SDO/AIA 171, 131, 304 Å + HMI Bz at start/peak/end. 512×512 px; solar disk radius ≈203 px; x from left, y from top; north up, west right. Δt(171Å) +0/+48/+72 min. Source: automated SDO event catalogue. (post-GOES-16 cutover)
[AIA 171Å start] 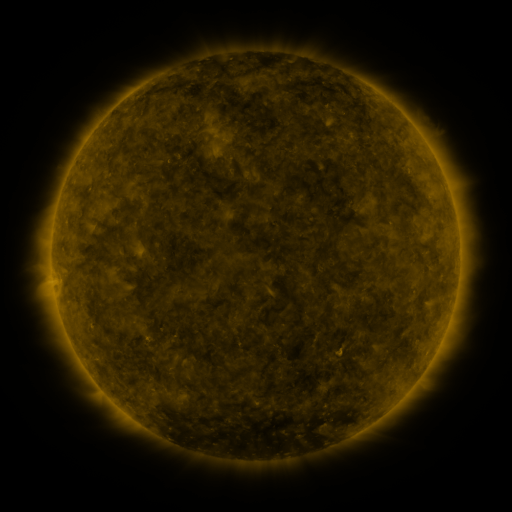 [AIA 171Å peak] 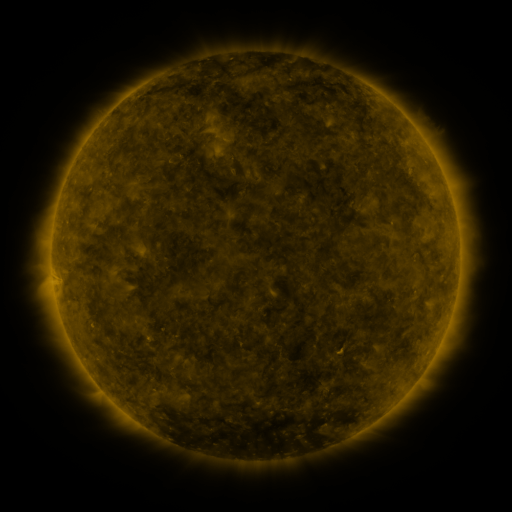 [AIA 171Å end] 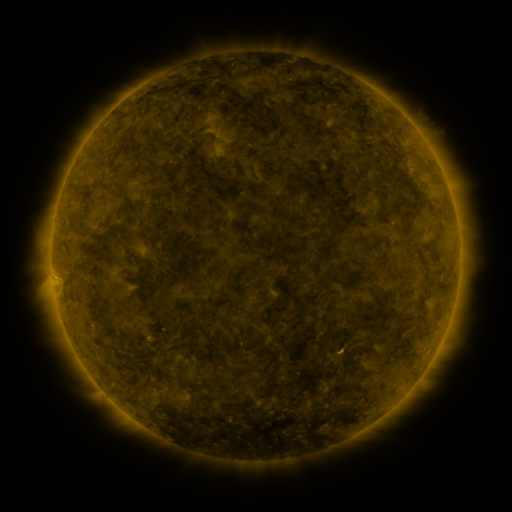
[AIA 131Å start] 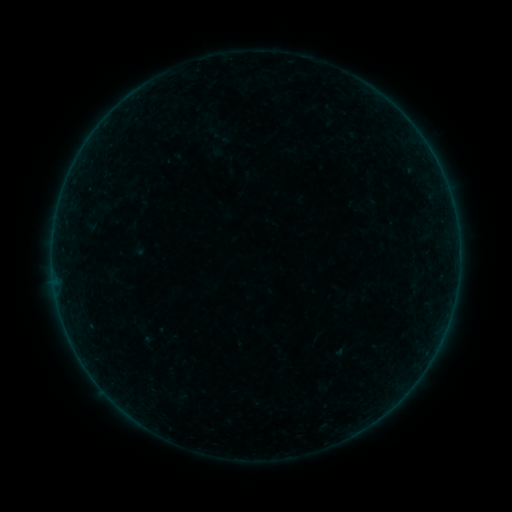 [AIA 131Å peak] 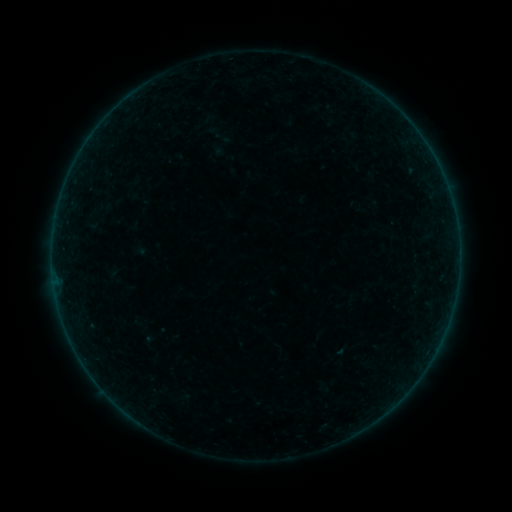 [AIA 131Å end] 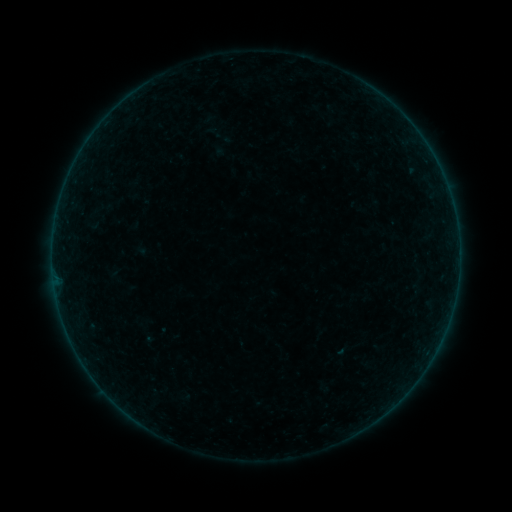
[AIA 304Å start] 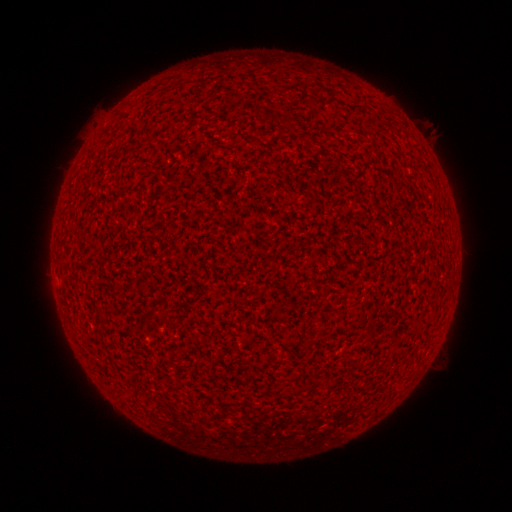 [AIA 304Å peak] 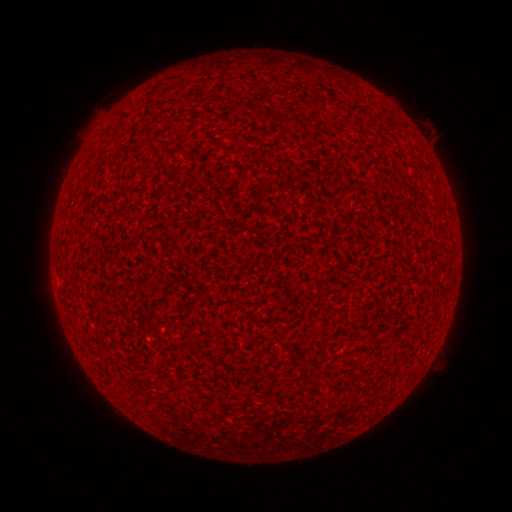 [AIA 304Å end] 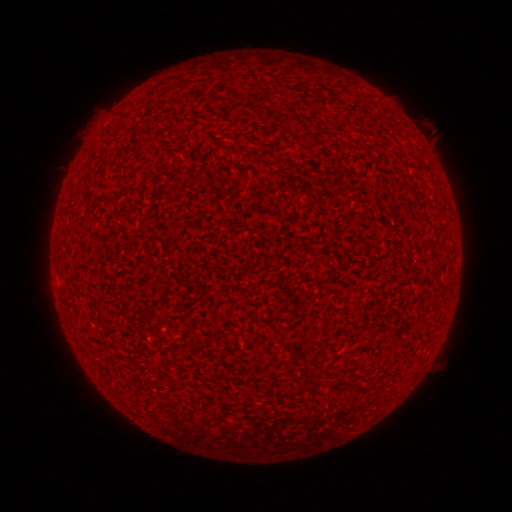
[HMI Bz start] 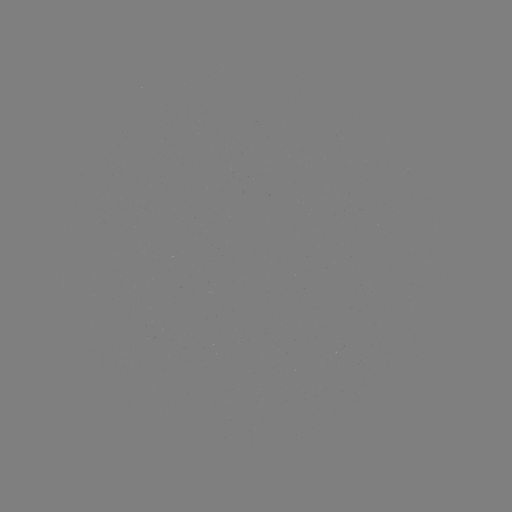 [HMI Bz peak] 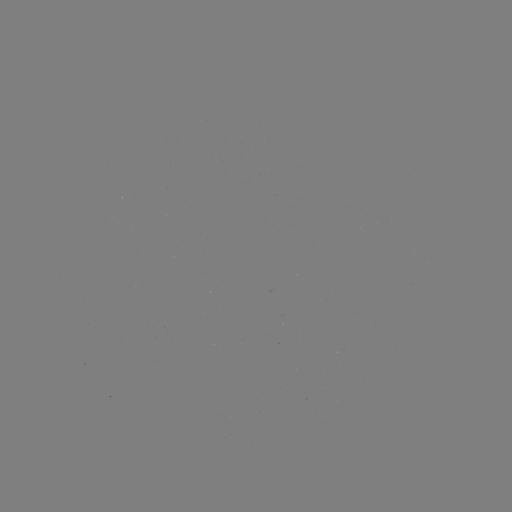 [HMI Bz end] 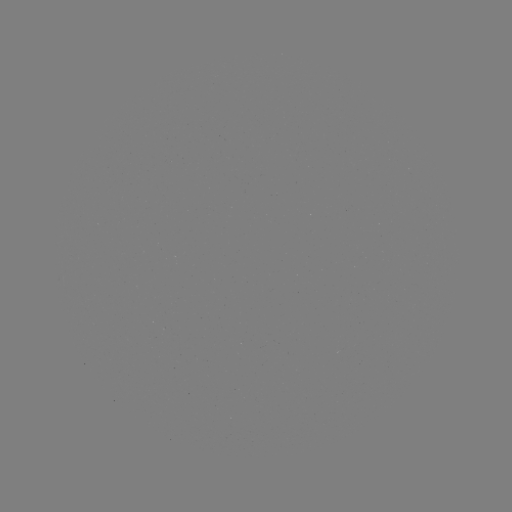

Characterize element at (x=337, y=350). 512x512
A1.1 flare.